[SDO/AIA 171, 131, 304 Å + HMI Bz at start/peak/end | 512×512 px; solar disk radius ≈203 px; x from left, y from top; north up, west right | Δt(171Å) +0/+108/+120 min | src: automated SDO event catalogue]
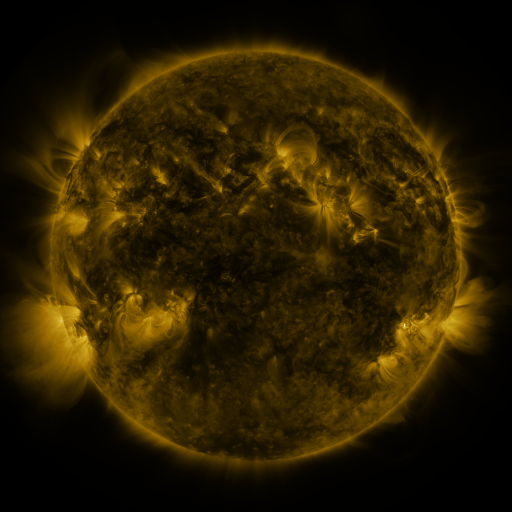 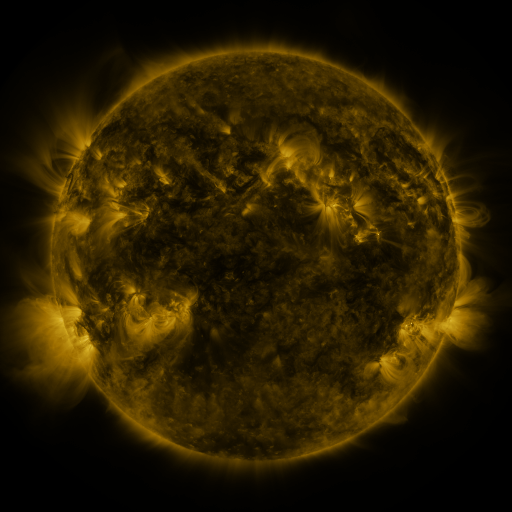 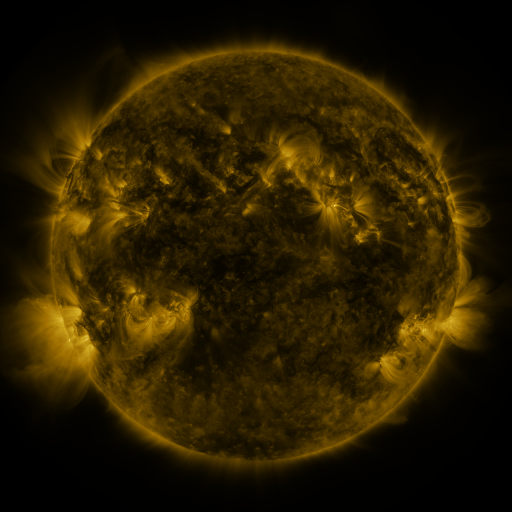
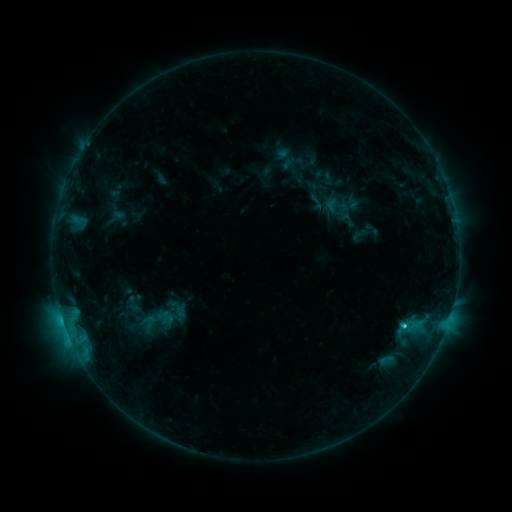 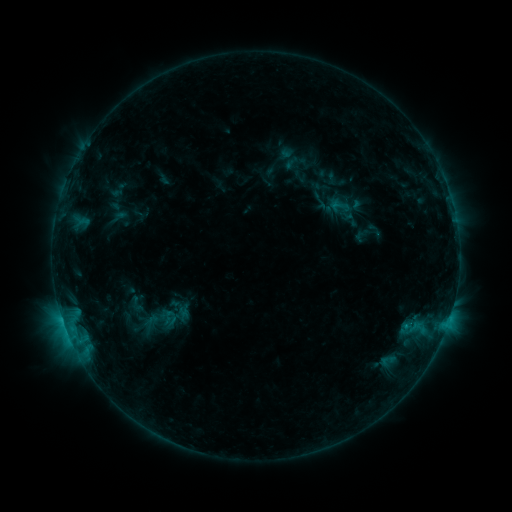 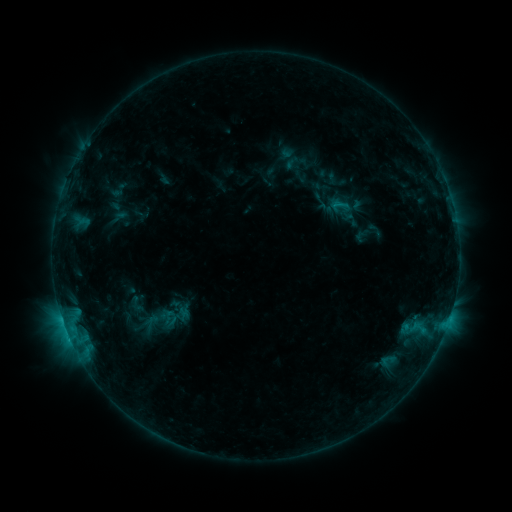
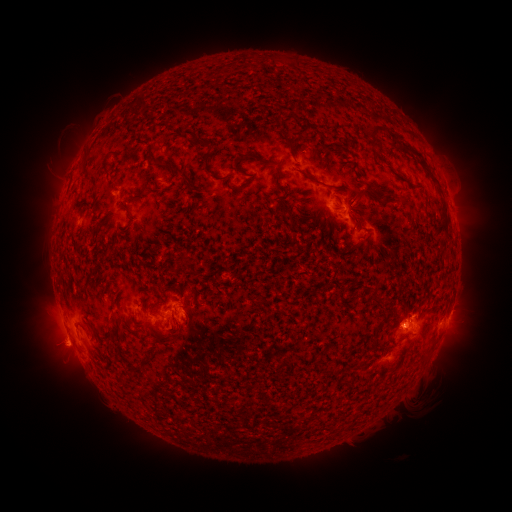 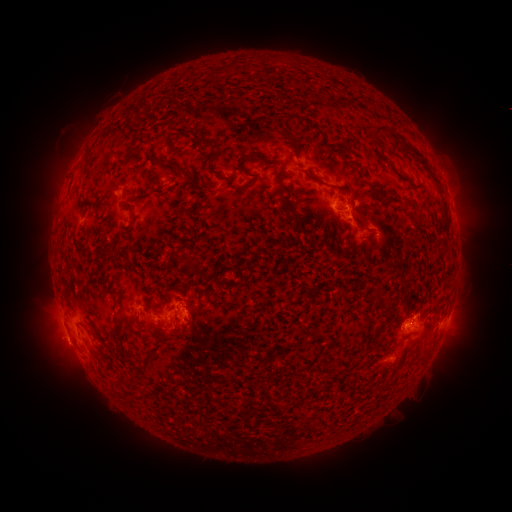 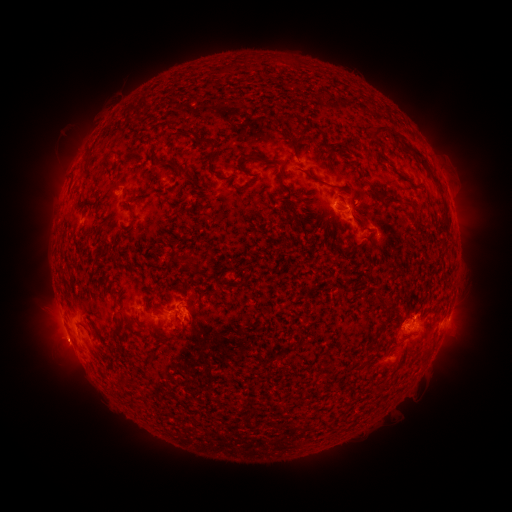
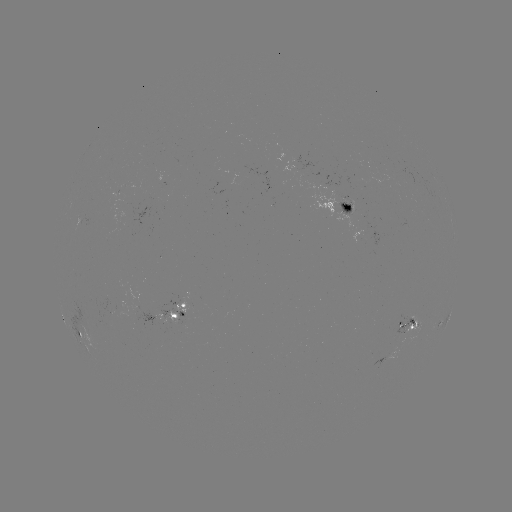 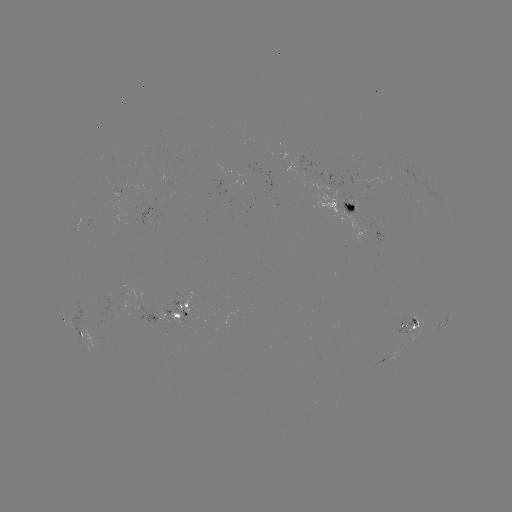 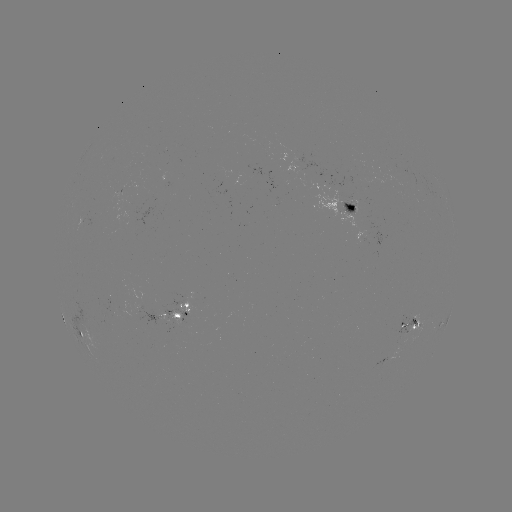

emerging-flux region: [339, 201, 356, 216]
